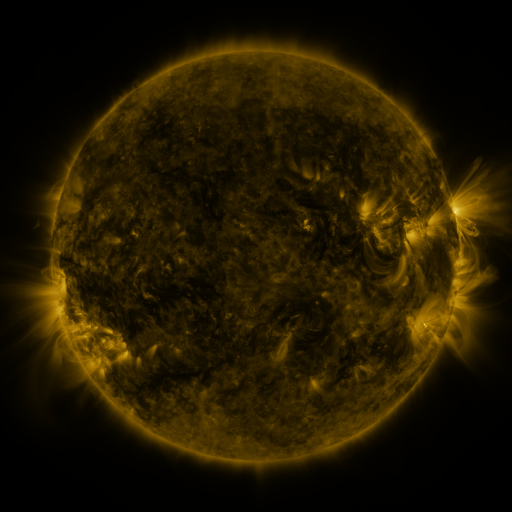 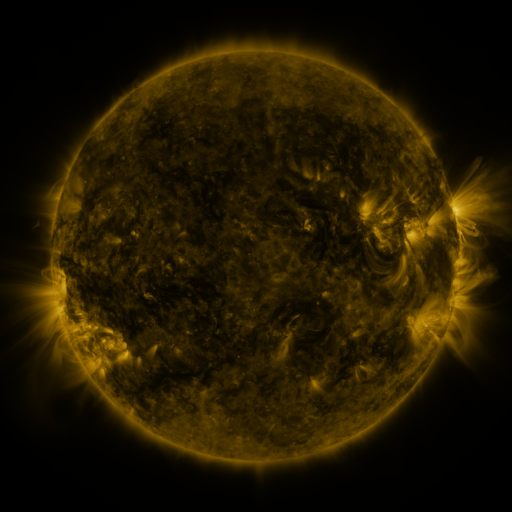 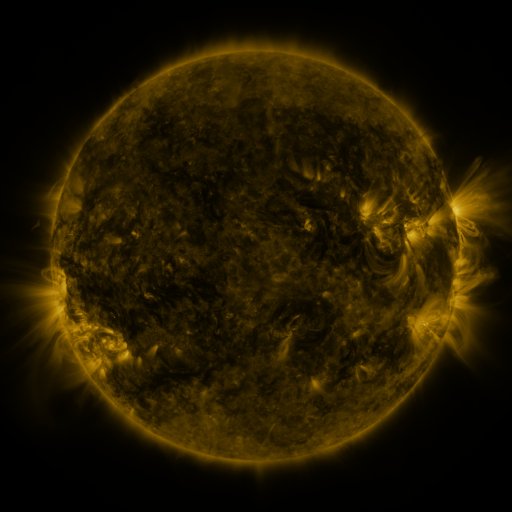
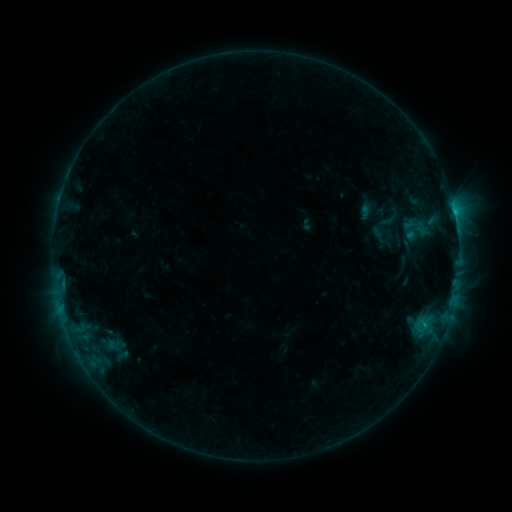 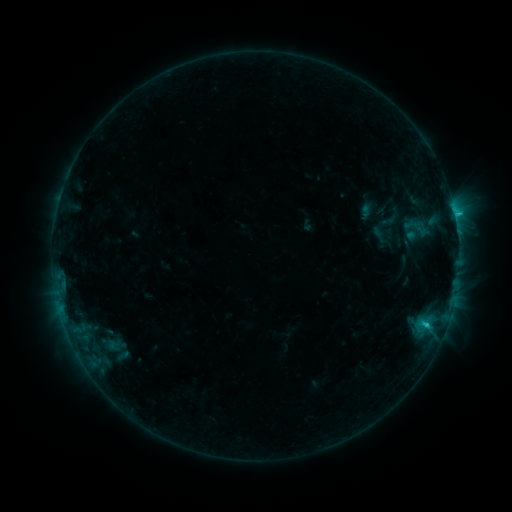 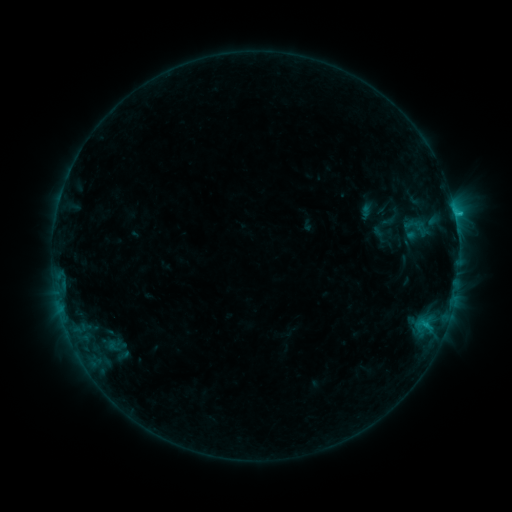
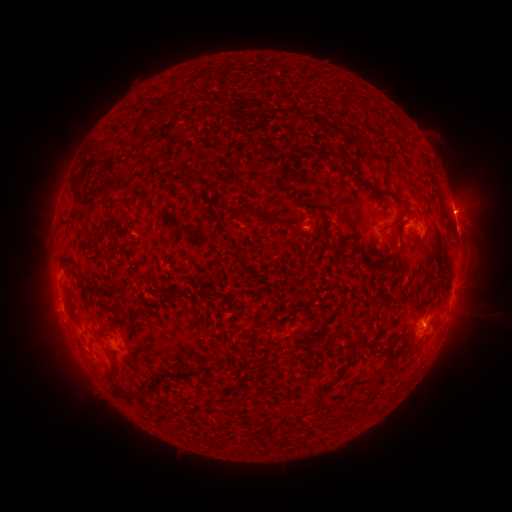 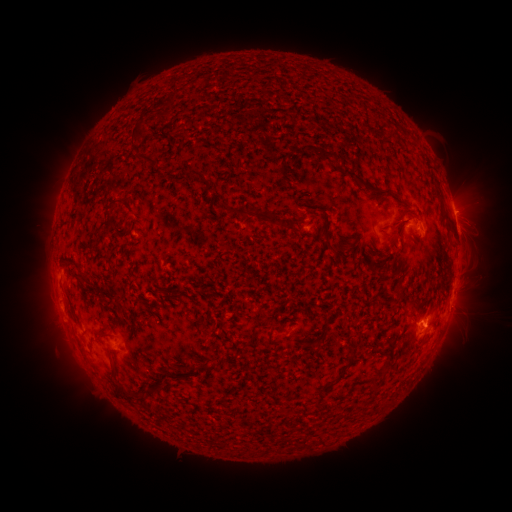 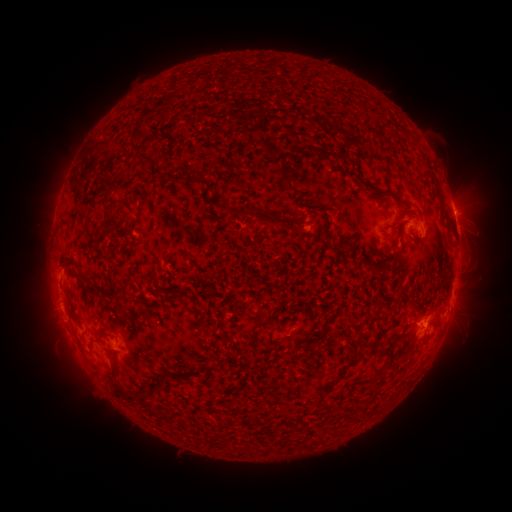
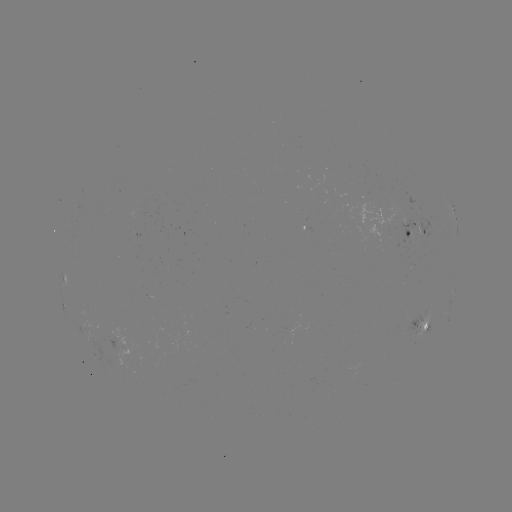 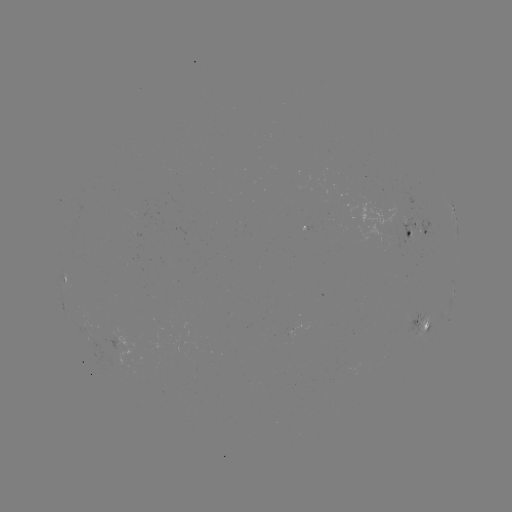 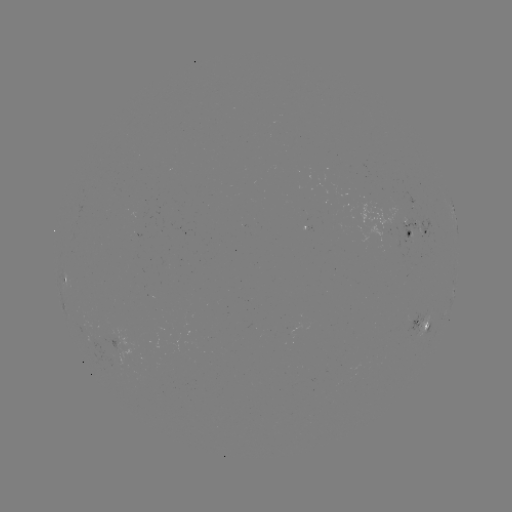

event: flare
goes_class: C1.4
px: (427, 323)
